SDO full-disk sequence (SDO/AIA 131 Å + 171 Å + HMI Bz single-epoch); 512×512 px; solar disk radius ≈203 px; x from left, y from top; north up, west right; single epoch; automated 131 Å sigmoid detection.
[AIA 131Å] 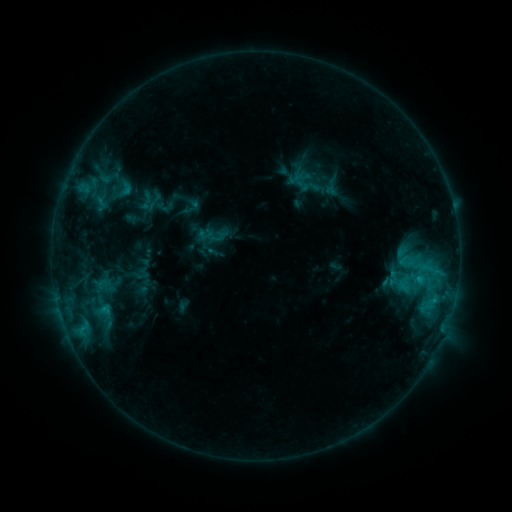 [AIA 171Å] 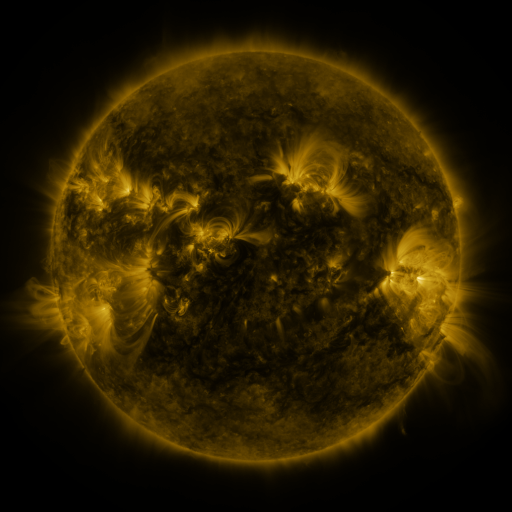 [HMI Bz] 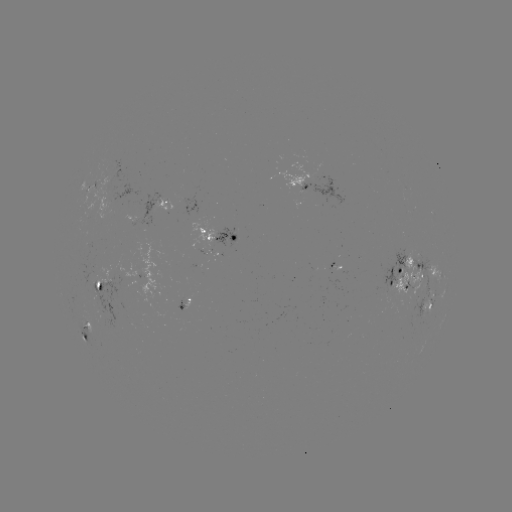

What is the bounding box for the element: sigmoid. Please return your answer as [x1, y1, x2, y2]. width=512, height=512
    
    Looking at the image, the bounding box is [110, 180, 134, 204].